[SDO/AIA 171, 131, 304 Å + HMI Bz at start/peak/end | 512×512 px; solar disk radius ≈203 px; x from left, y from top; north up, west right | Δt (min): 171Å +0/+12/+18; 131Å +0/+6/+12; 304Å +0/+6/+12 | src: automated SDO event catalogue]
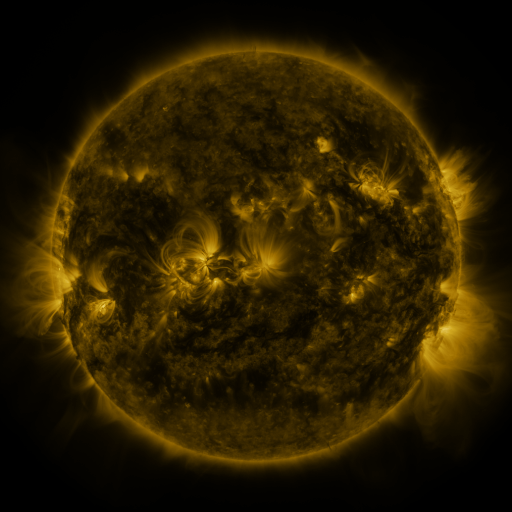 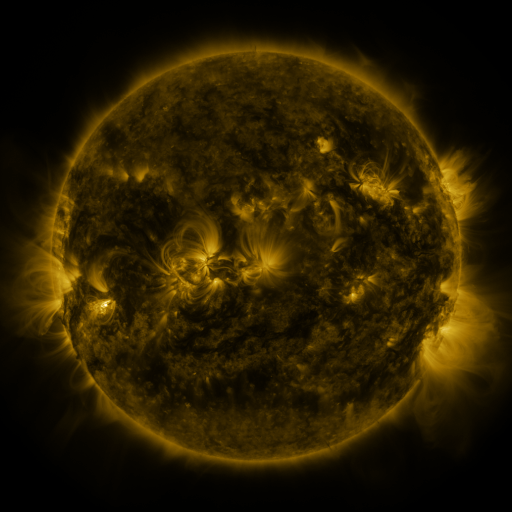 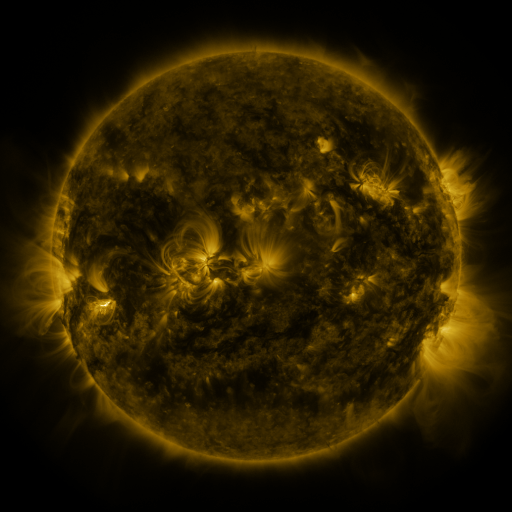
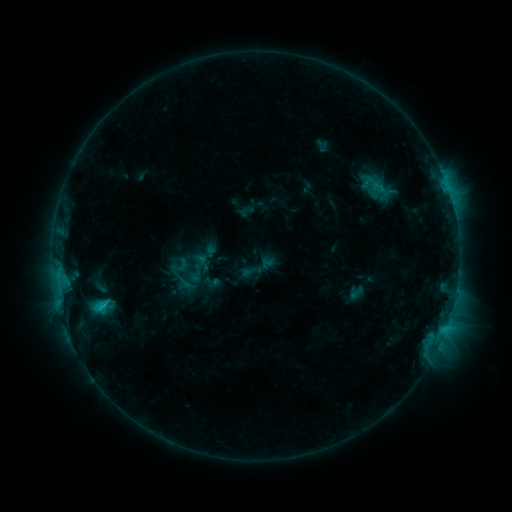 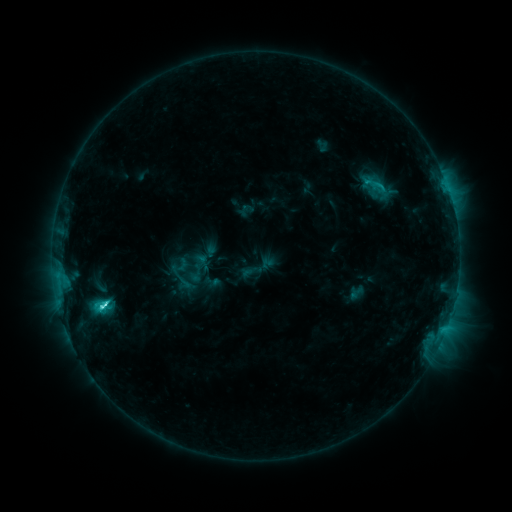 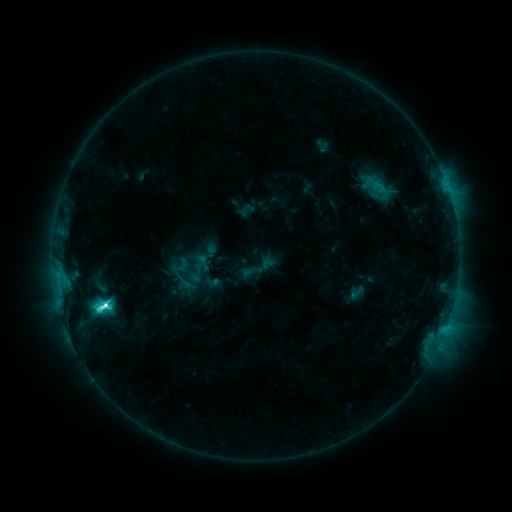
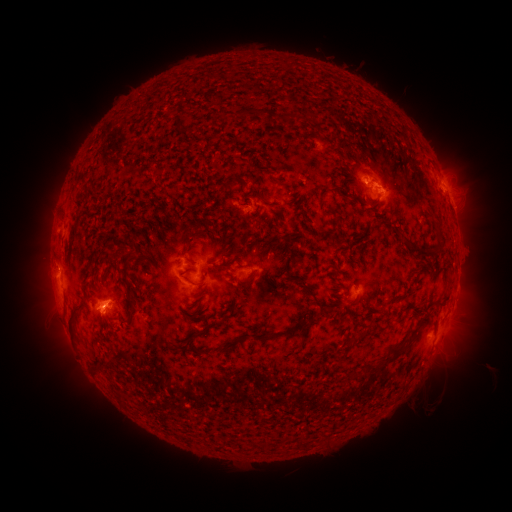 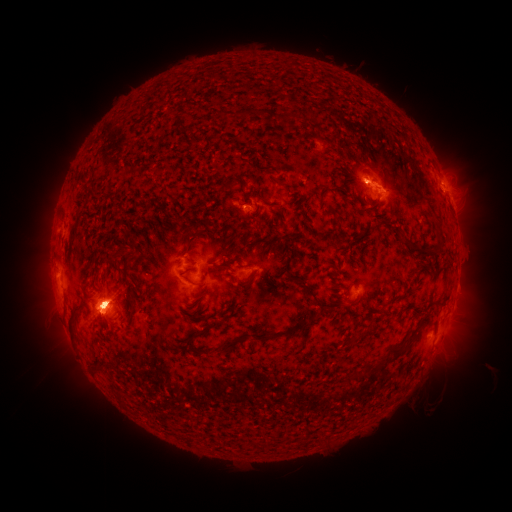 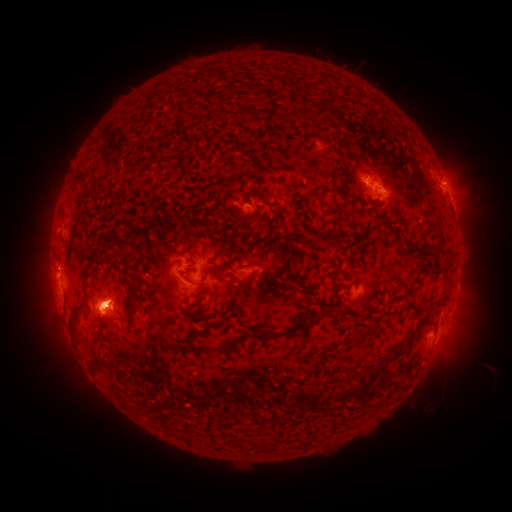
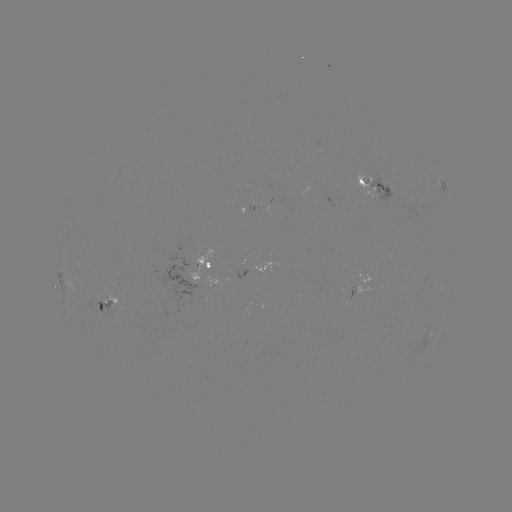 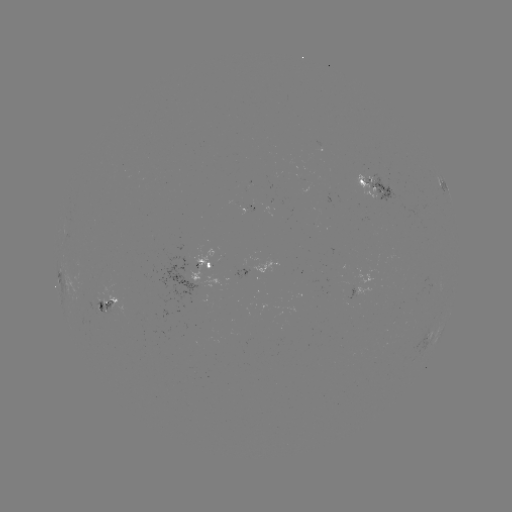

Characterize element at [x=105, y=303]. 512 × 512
M1.1 flare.